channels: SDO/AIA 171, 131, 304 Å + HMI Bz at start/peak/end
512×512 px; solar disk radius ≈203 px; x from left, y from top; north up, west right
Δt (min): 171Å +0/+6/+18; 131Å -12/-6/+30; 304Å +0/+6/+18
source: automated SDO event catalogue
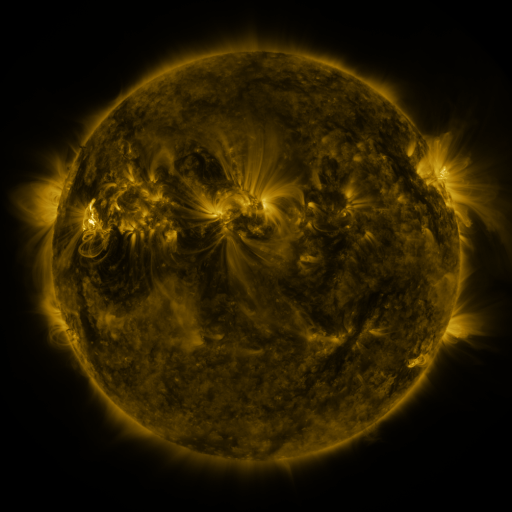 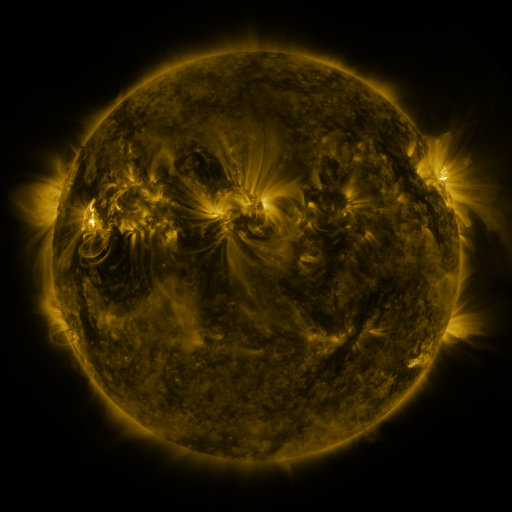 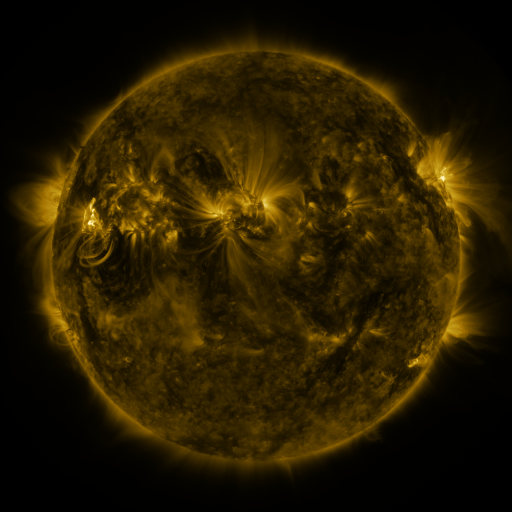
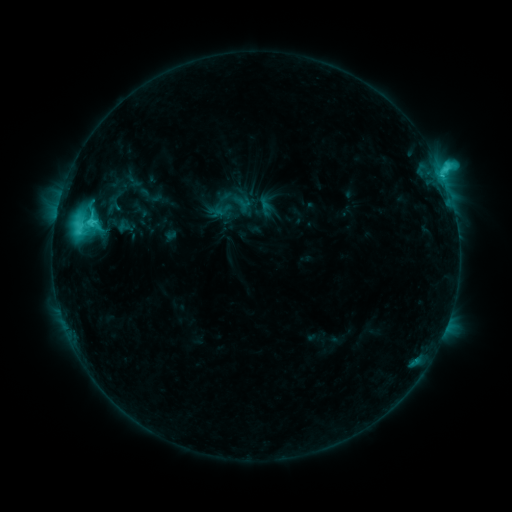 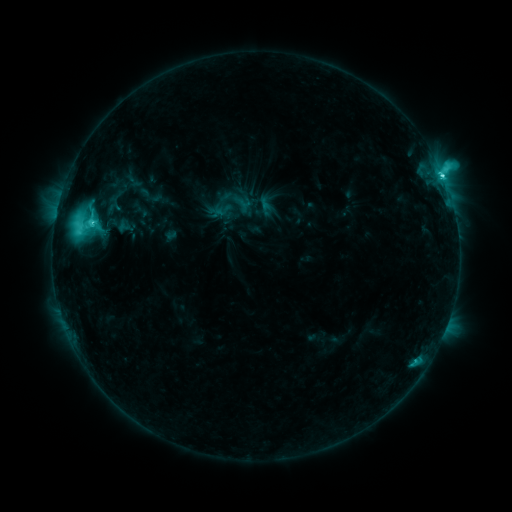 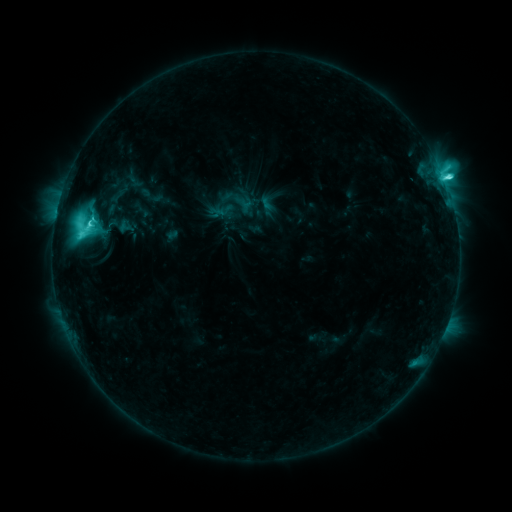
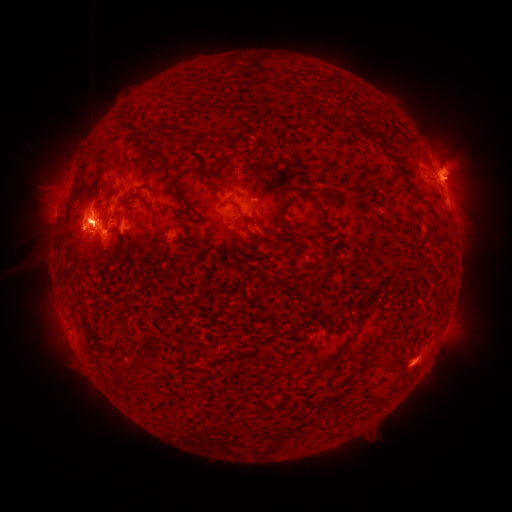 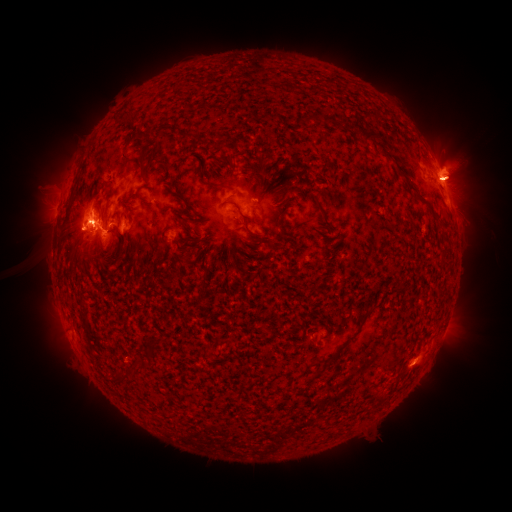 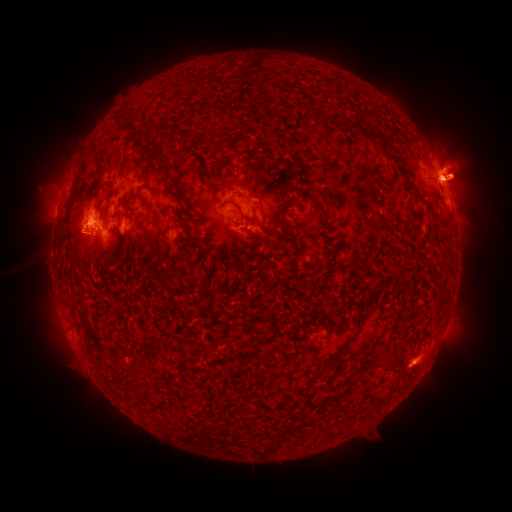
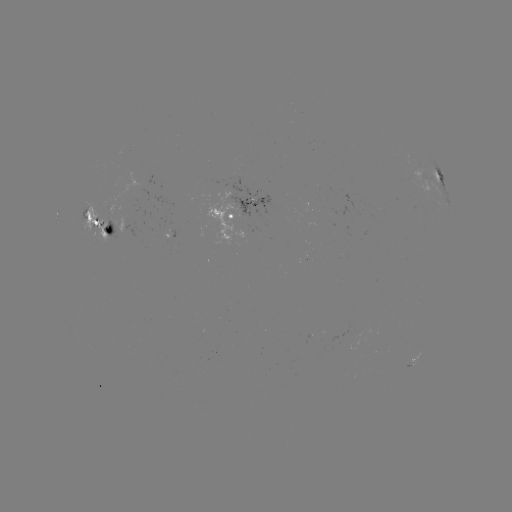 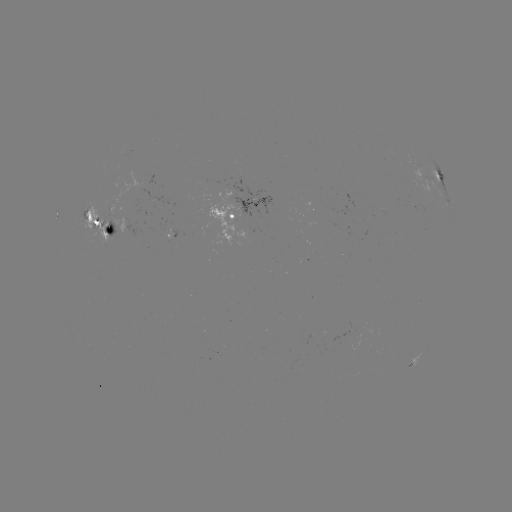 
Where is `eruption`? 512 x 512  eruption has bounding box [408, 84, 502, 275].